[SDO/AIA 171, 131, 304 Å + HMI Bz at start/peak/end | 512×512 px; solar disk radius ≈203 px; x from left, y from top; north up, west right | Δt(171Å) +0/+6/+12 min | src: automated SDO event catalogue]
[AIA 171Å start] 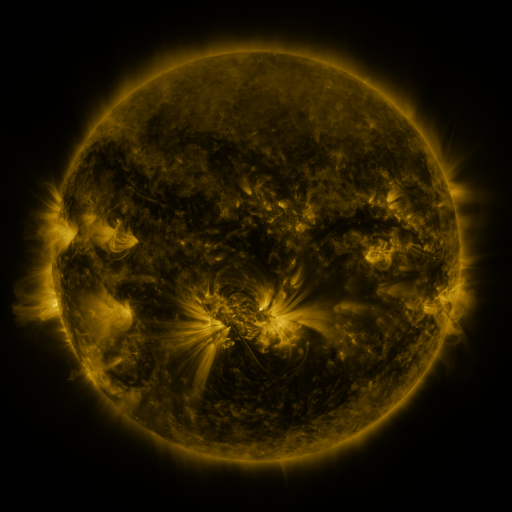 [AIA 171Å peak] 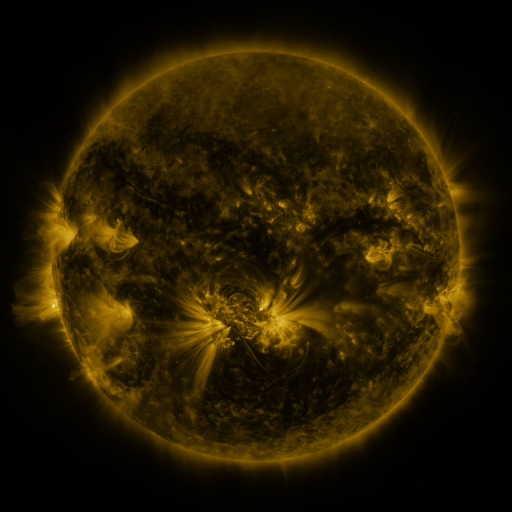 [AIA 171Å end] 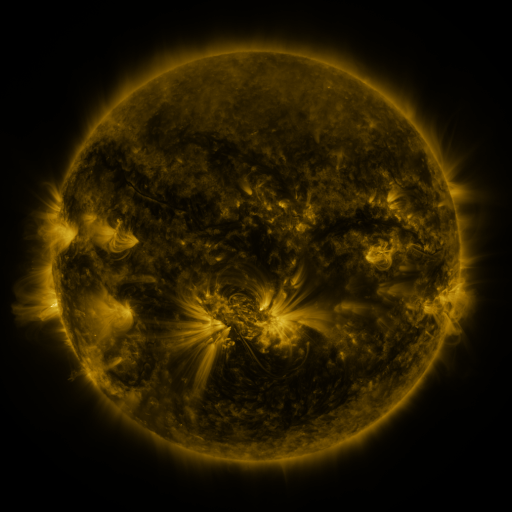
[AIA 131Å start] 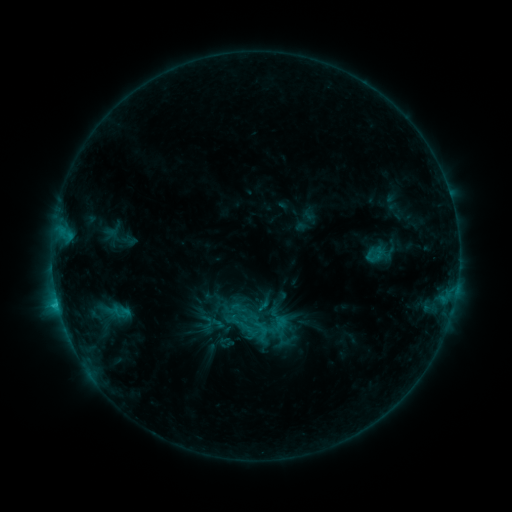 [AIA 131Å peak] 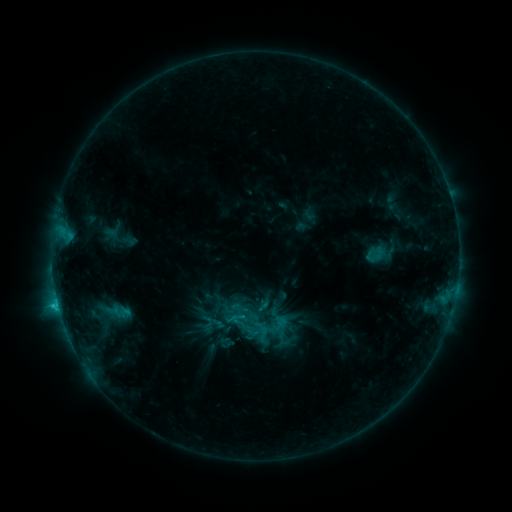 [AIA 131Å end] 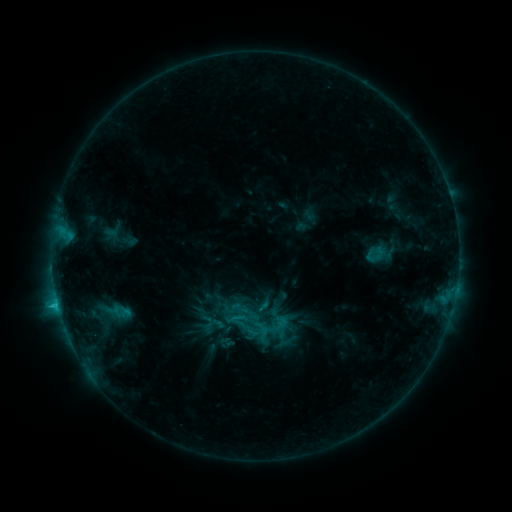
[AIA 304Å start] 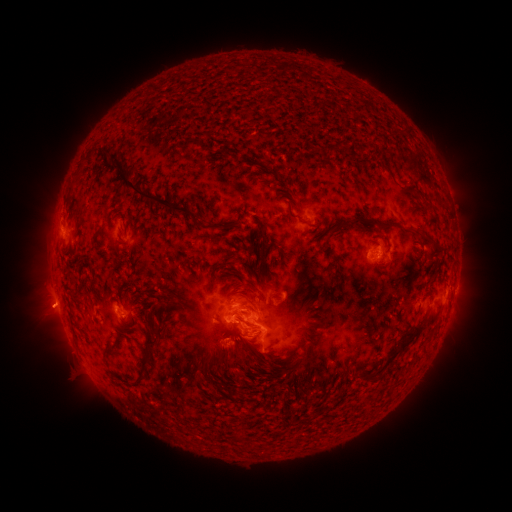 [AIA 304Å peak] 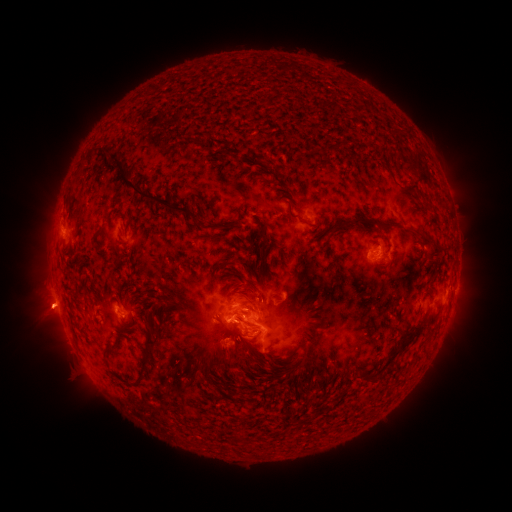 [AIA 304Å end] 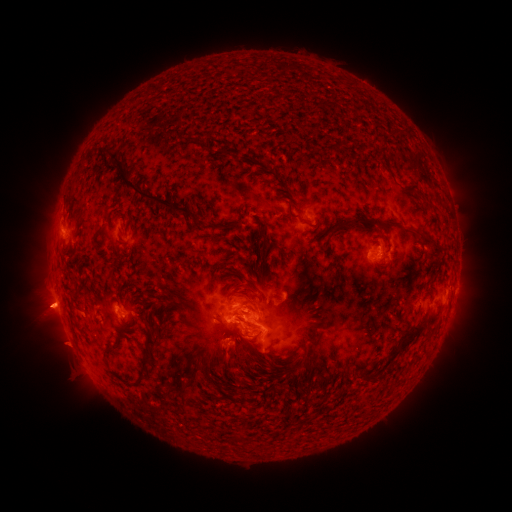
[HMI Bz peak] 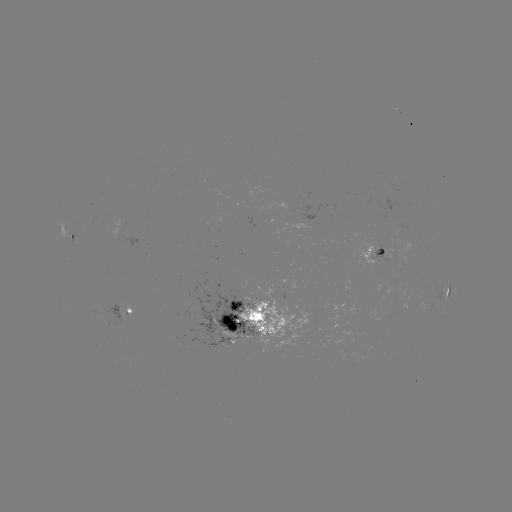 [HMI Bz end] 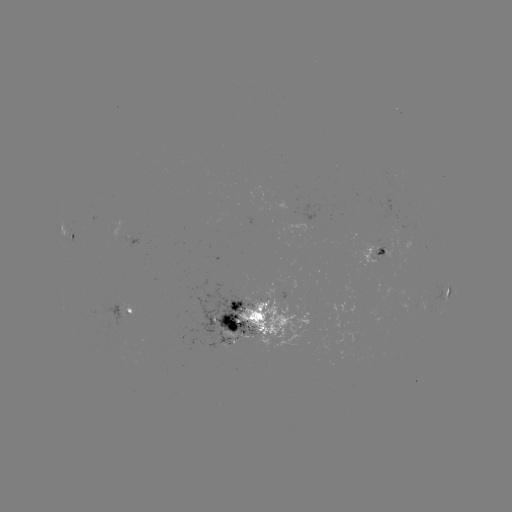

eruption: (22, 287, 67, 332)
